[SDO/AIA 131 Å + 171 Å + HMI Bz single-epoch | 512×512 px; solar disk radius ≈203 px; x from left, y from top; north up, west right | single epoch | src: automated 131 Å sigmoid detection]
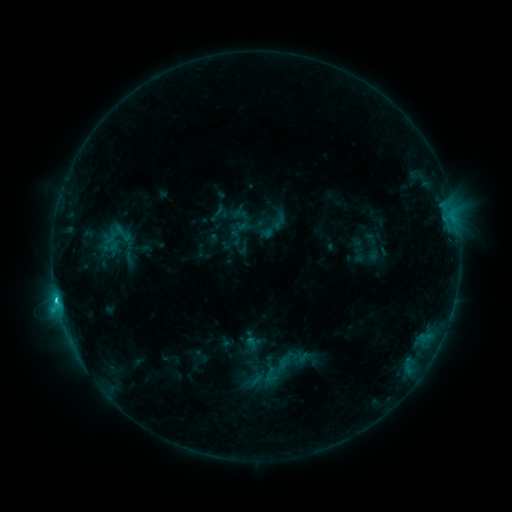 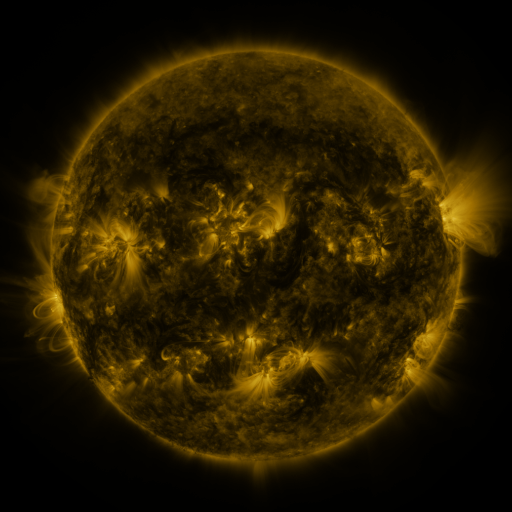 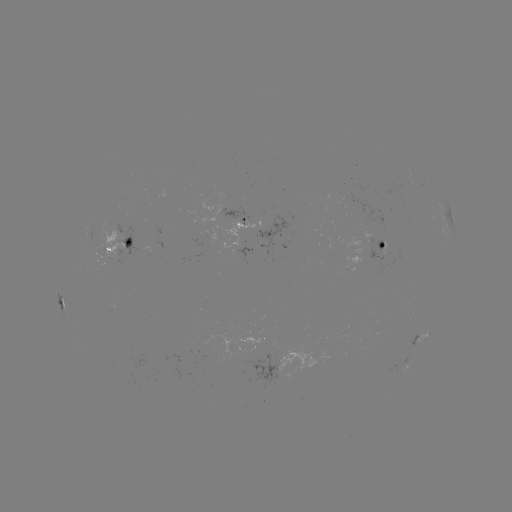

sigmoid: [113, 222, 133, 246]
